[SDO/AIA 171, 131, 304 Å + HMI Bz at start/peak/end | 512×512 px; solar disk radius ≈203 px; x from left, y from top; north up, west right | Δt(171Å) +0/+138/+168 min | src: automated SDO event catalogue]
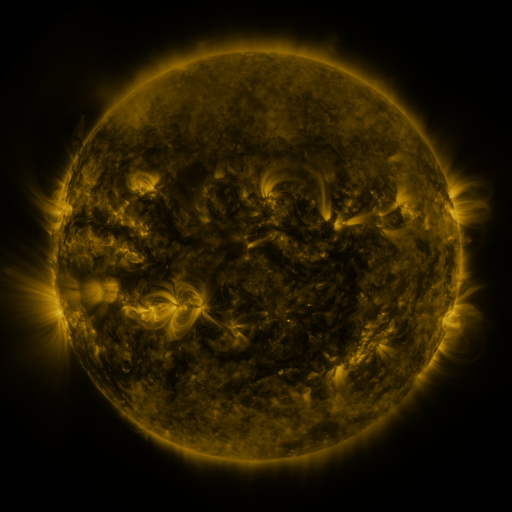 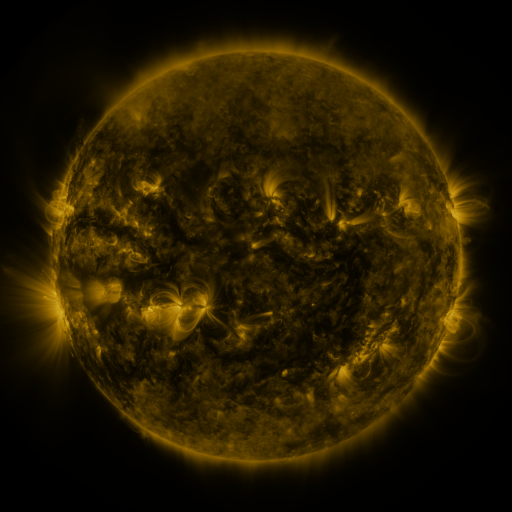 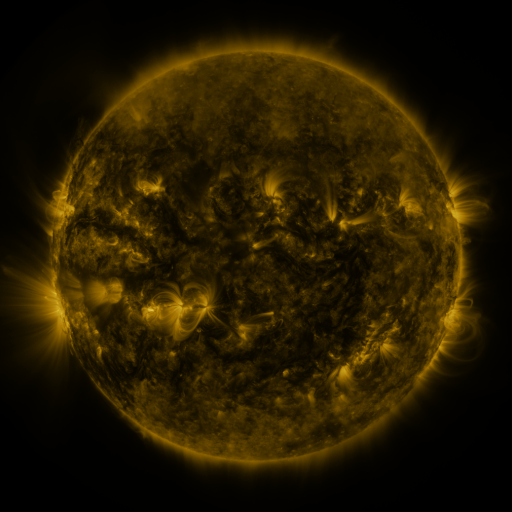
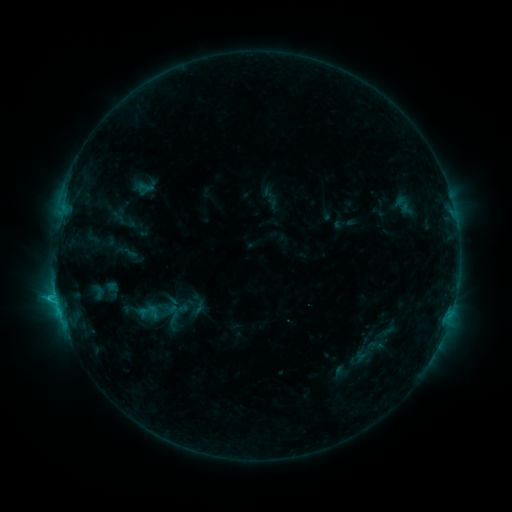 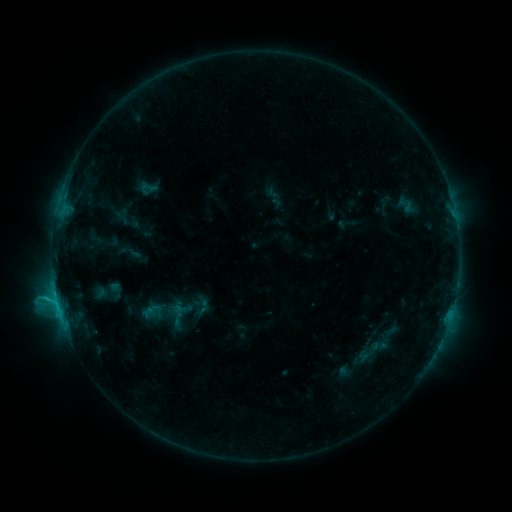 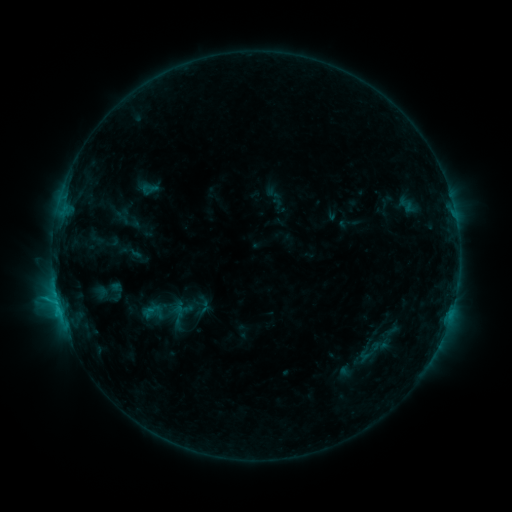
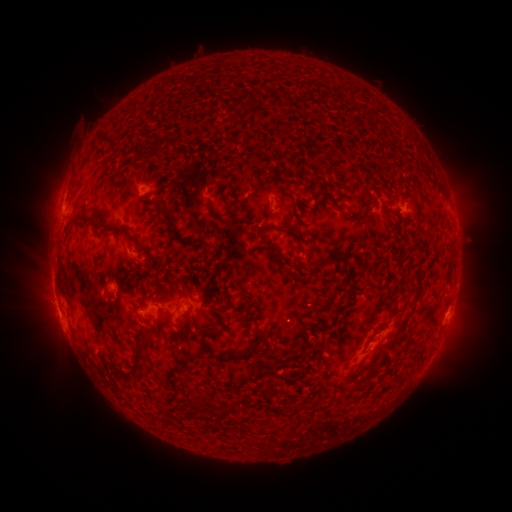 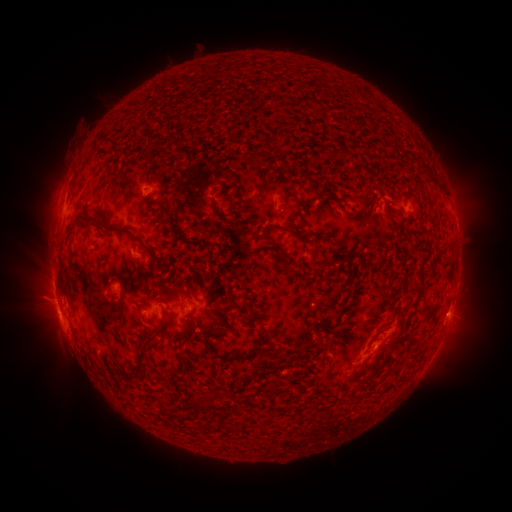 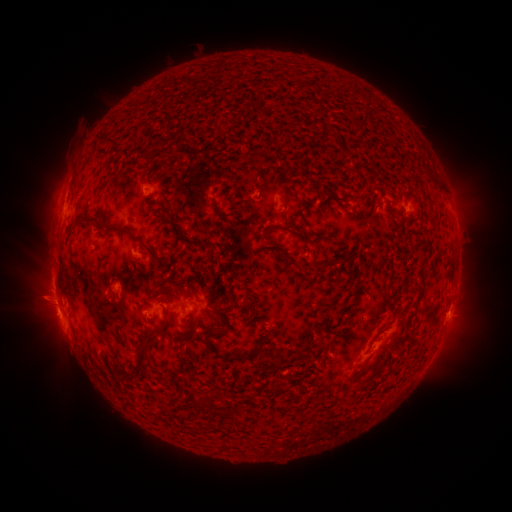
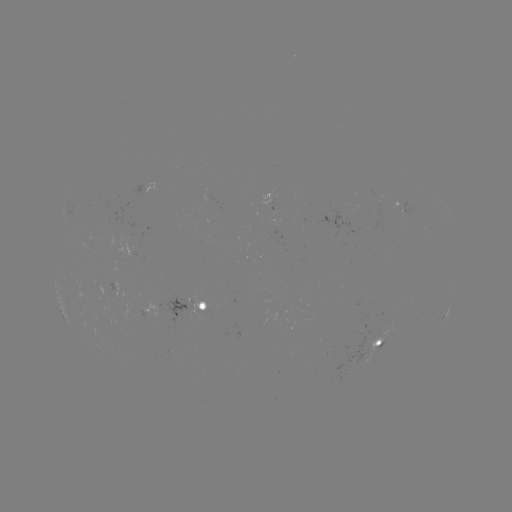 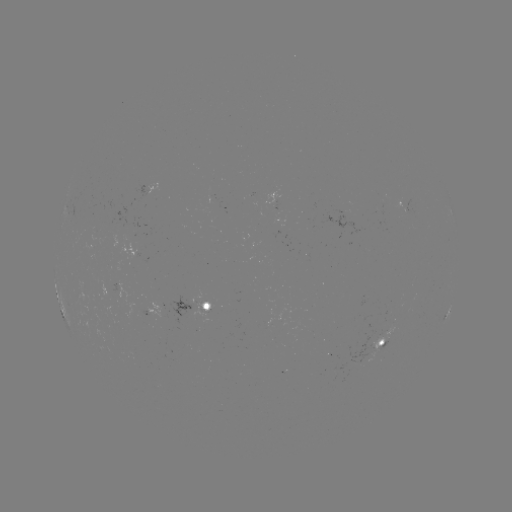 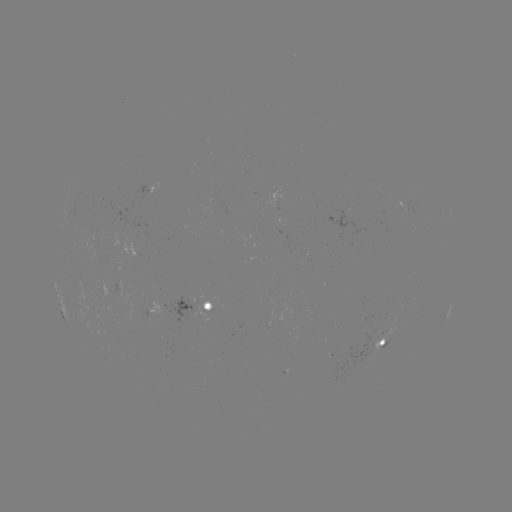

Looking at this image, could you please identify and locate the emerging-flux region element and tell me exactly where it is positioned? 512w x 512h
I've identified emerging-flux region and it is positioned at (156, 386).